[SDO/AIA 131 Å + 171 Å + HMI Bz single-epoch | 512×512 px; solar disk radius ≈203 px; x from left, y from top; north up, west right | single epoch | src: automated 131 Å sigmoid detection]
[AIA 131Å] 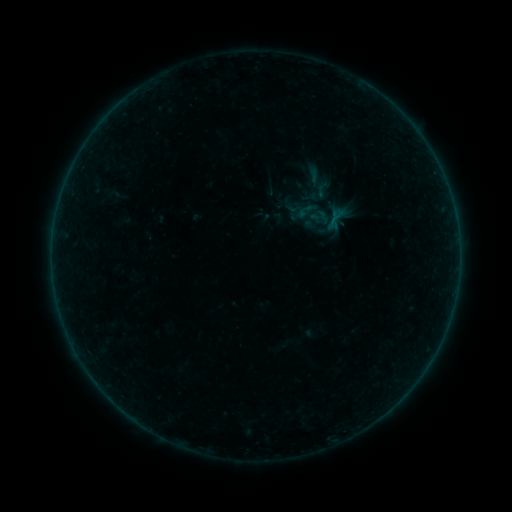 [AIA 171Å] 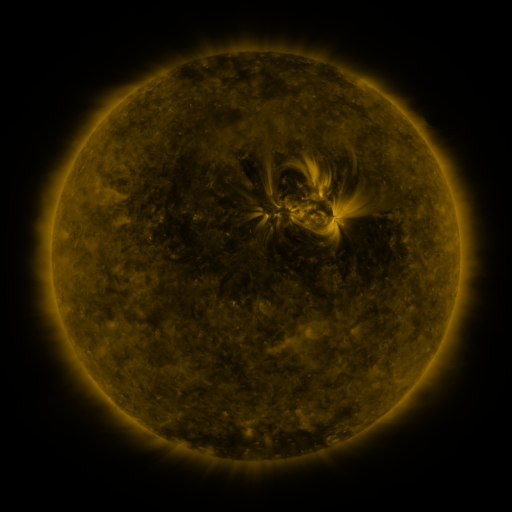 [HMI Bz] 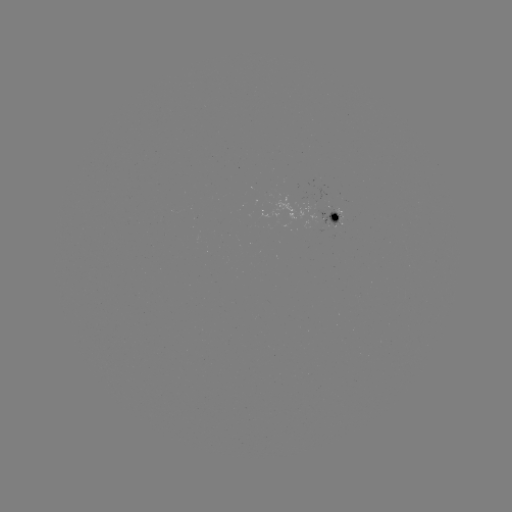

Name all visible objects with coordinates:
sigmoid: (323, 189)
sigmoid: (336, 218)
